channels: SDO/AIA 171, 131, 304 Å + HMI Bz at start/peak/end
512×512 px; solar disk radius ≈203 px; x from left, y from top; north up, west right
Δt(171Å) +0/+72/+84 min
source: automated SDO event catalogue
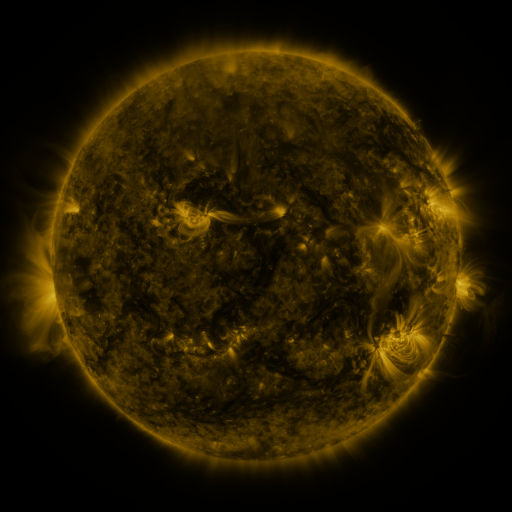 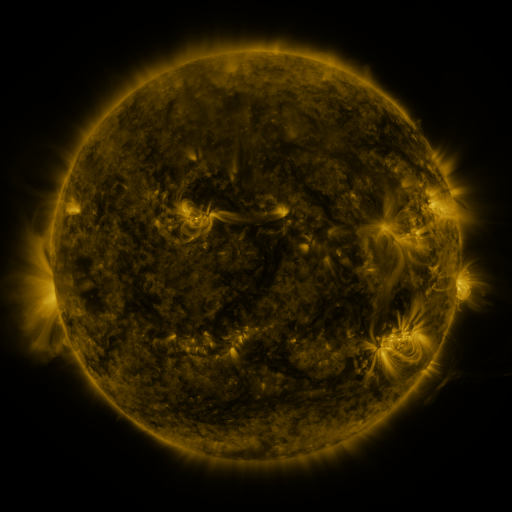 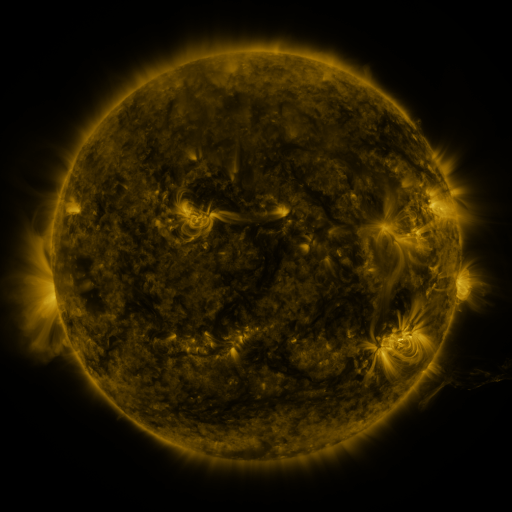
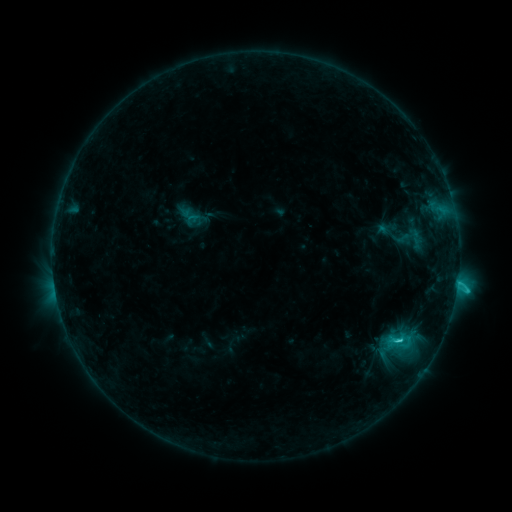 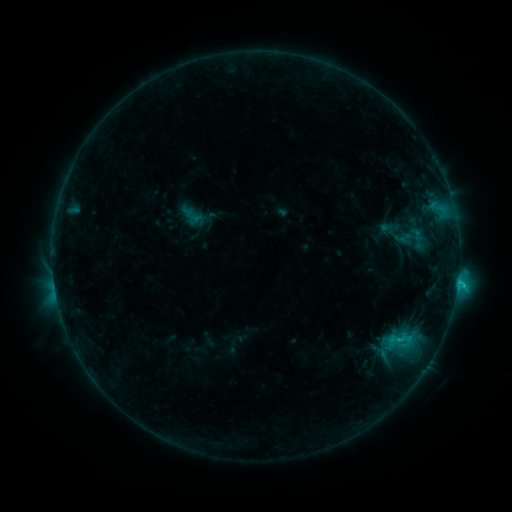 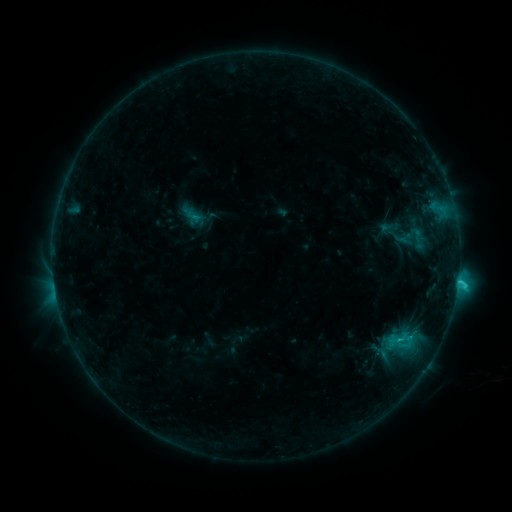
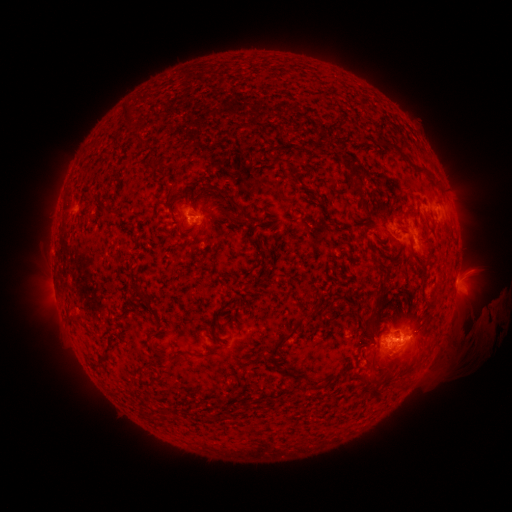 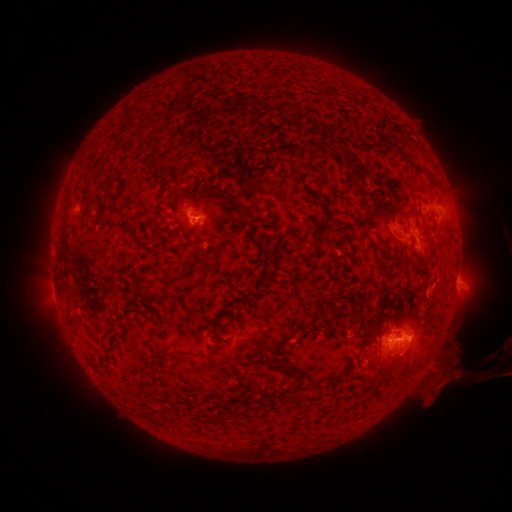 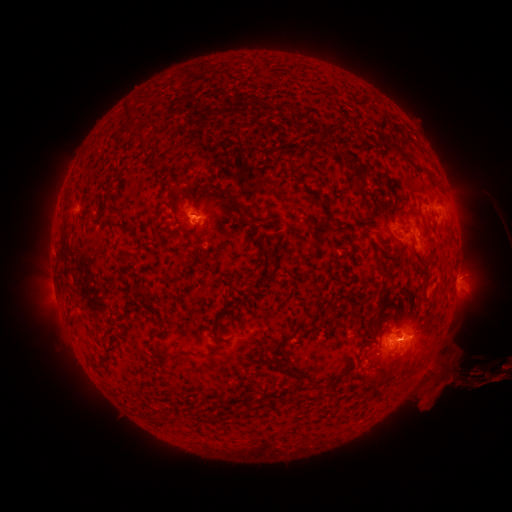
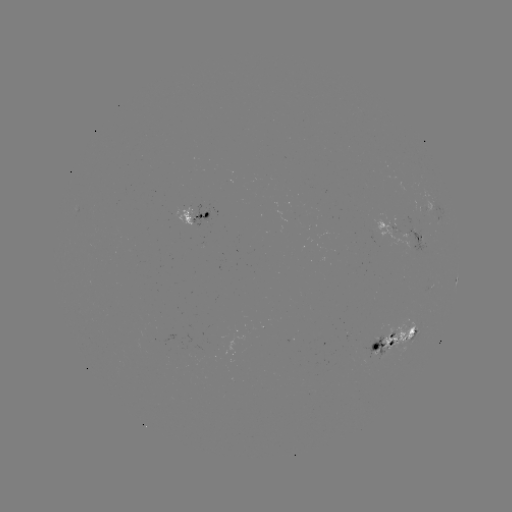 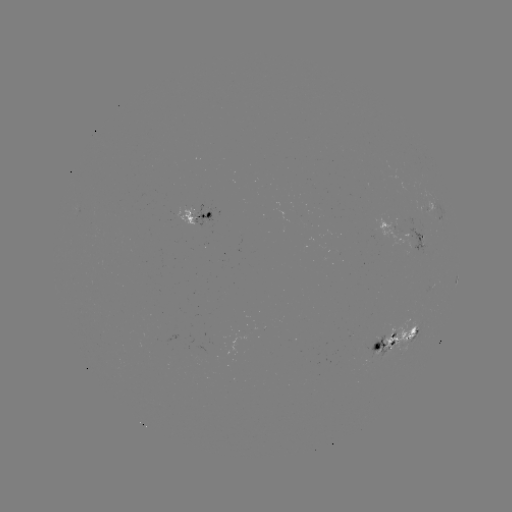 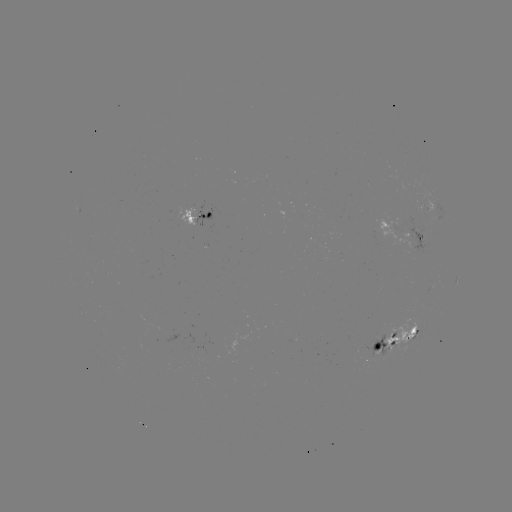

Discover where emerging-flux region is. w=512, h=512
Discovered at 304,214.